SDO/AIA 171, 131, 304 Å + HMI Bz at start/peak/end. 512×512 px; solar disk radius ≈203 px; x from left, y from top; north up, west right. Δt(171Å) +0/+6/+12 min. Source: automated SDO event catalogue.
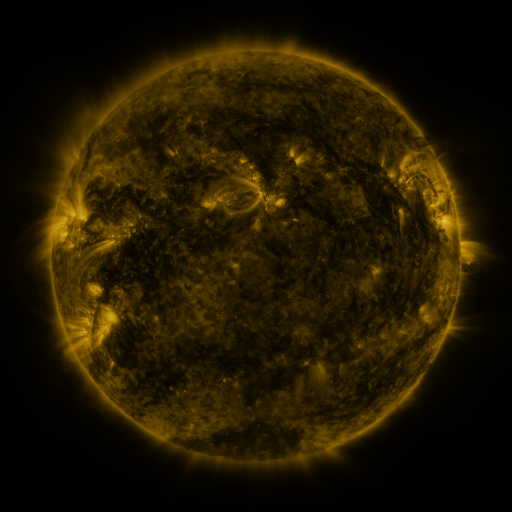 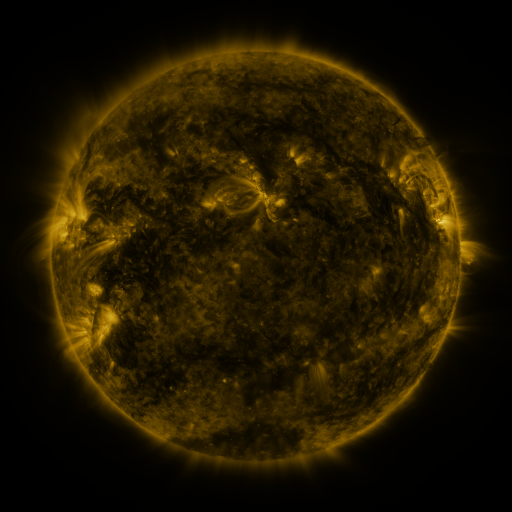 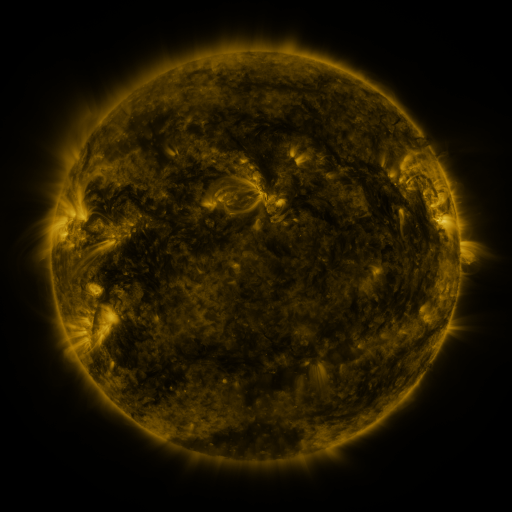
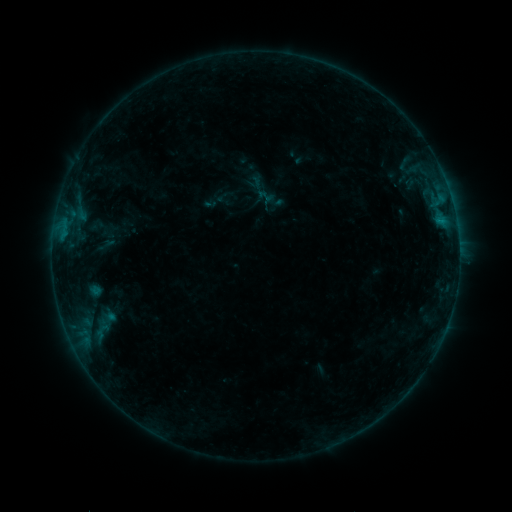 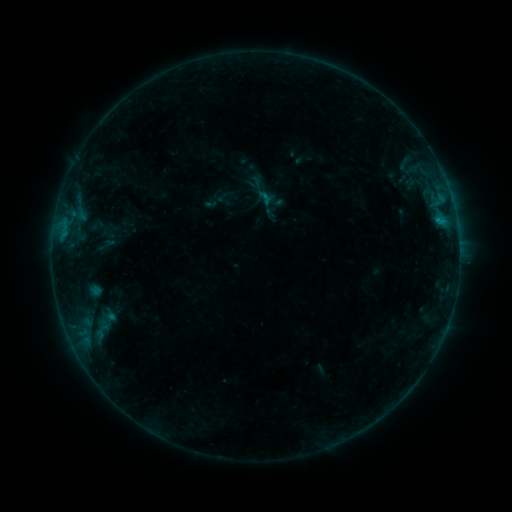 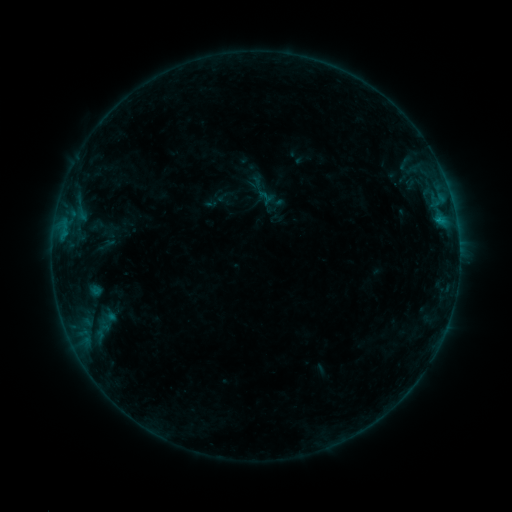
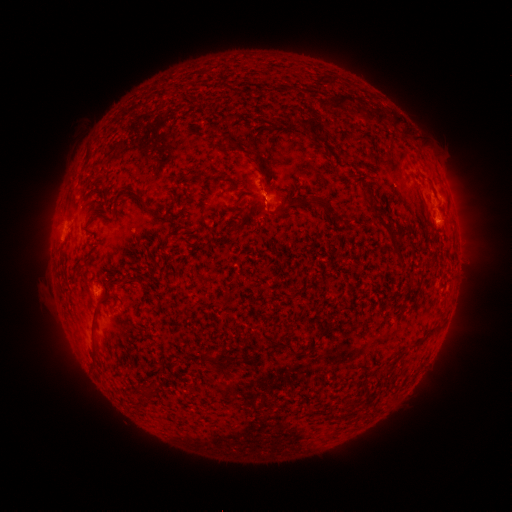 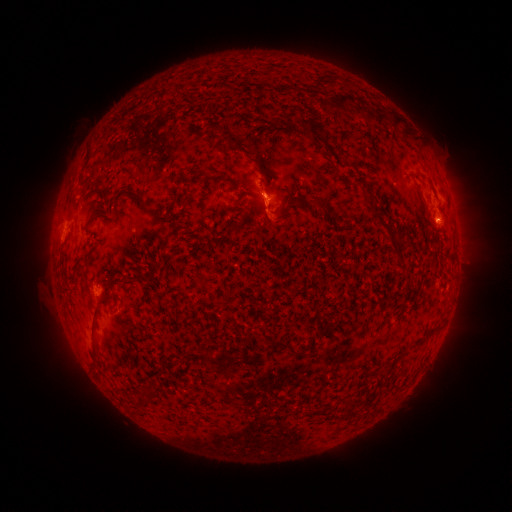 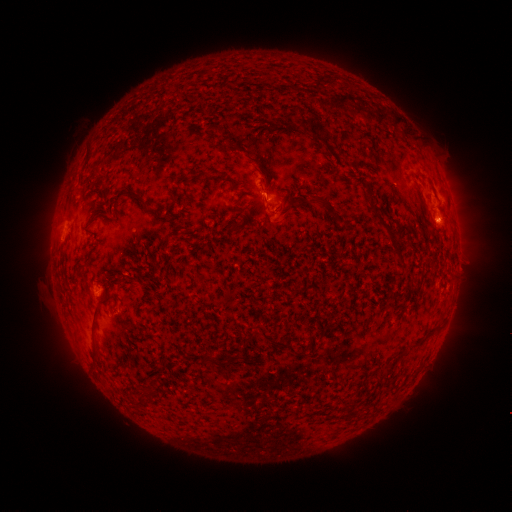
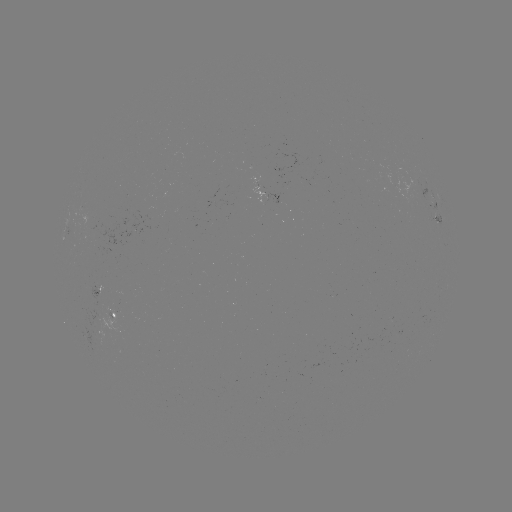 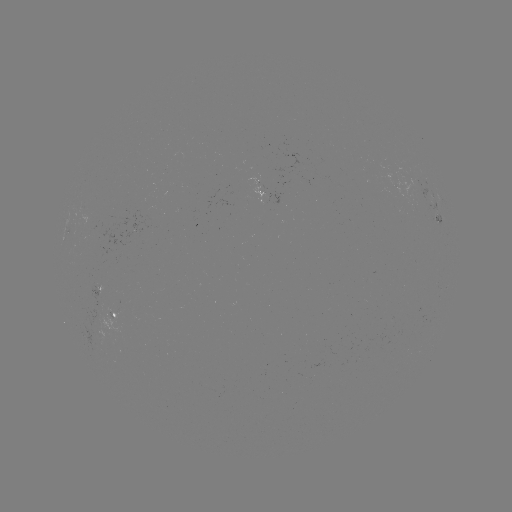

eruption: [246, 169, 291, 244]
